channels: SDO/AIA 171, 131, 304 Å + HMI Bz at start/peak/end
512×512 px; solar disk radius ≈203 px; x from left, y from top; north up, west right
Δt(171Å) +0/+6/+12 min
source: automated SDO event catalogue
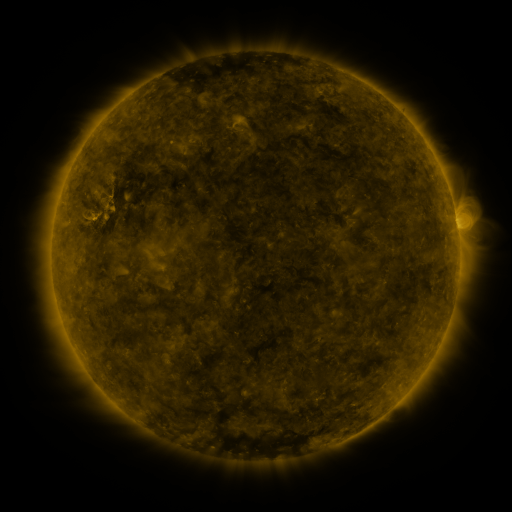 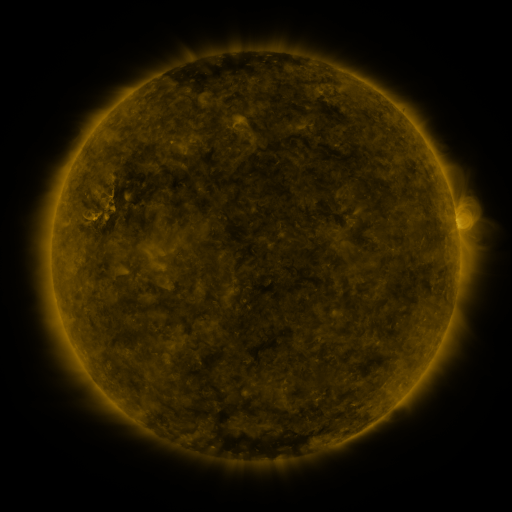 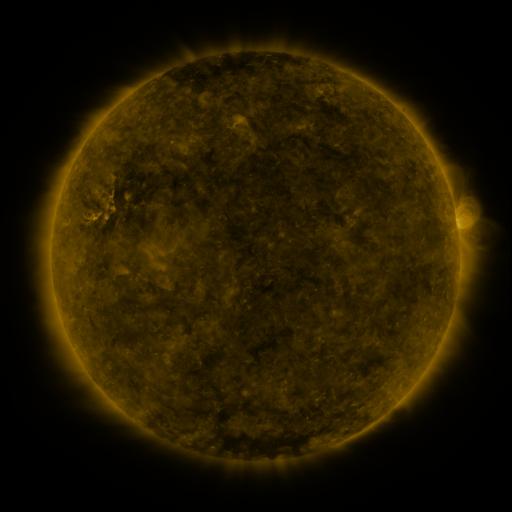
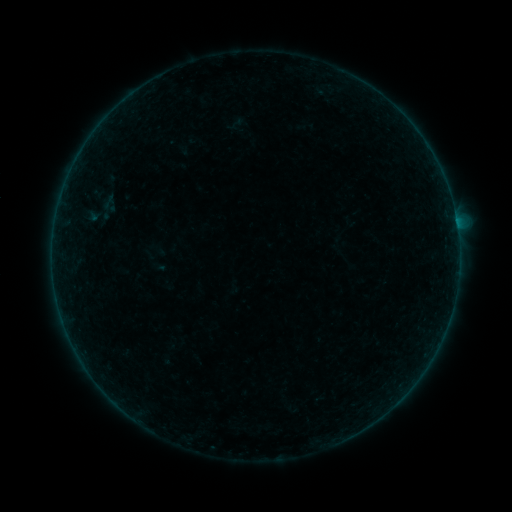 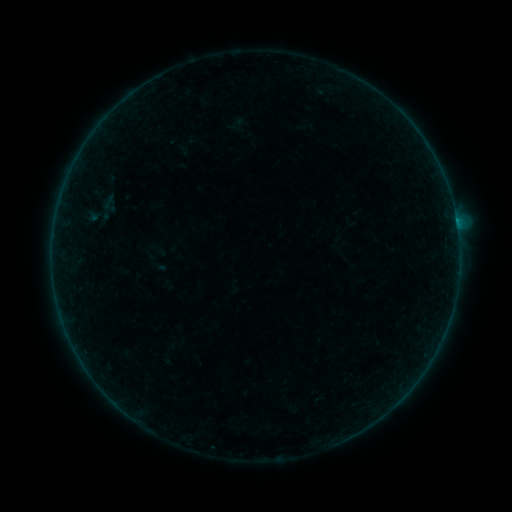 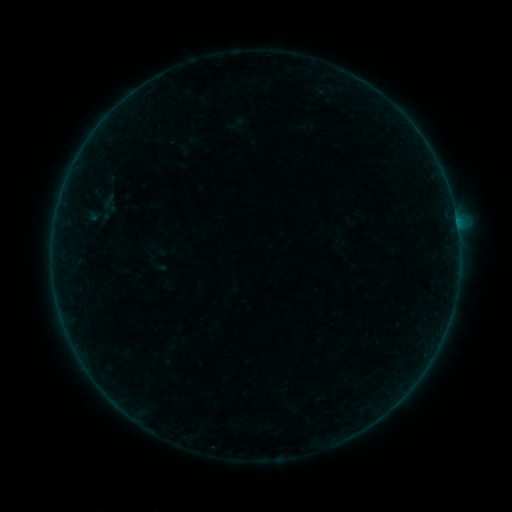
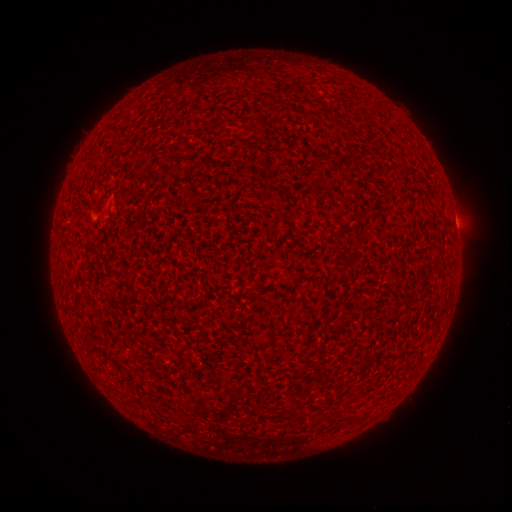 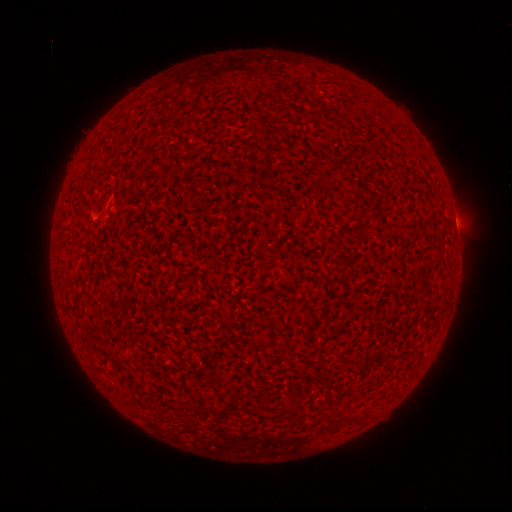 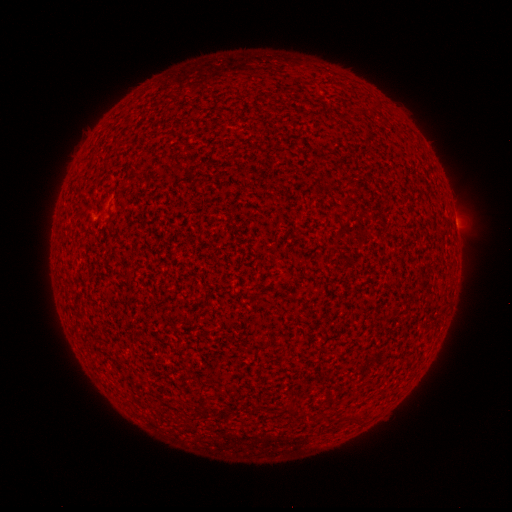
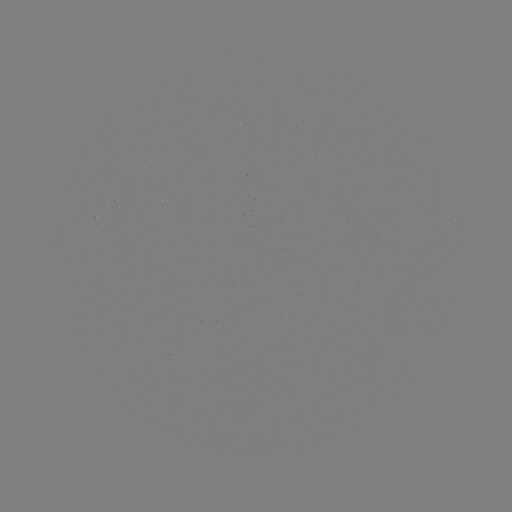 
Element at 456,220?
A6.1 flare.